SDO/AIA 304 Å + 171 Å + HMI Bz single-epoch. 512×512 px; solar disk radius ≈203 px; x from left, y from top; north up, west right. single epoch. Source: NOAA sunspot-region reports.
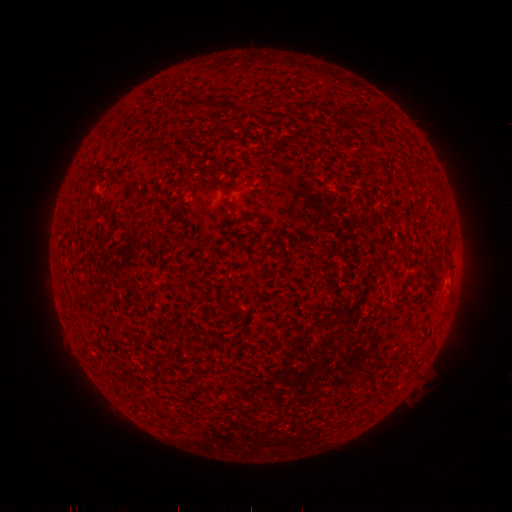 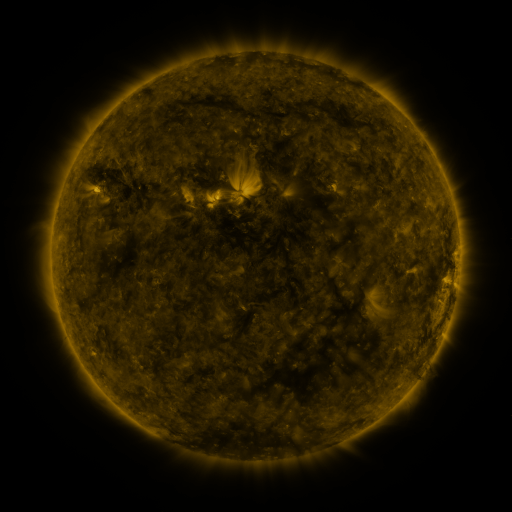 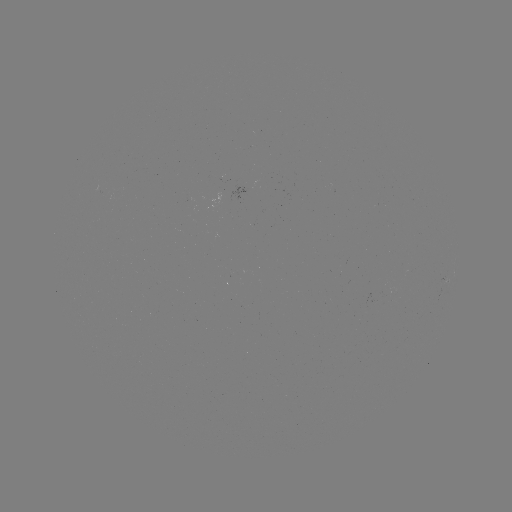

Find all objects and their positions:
(none)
